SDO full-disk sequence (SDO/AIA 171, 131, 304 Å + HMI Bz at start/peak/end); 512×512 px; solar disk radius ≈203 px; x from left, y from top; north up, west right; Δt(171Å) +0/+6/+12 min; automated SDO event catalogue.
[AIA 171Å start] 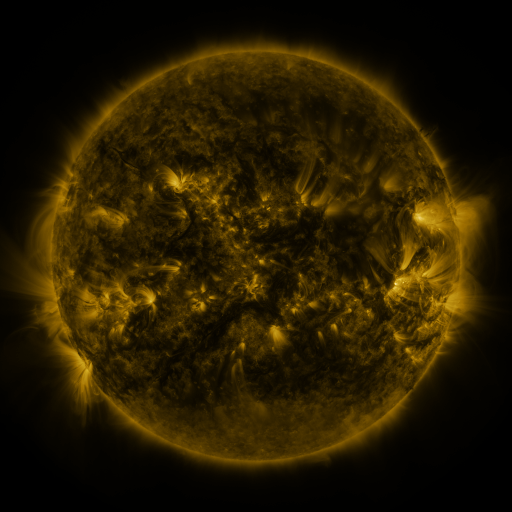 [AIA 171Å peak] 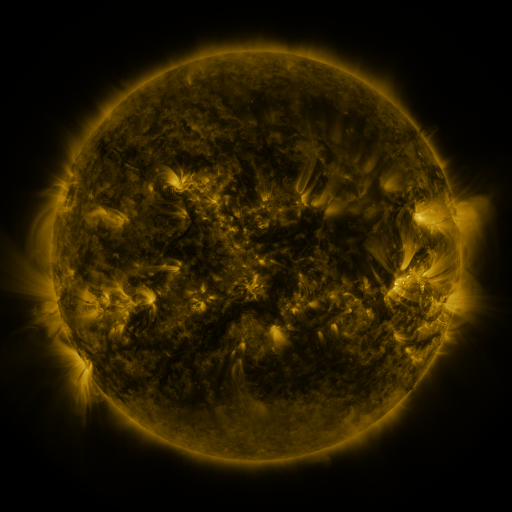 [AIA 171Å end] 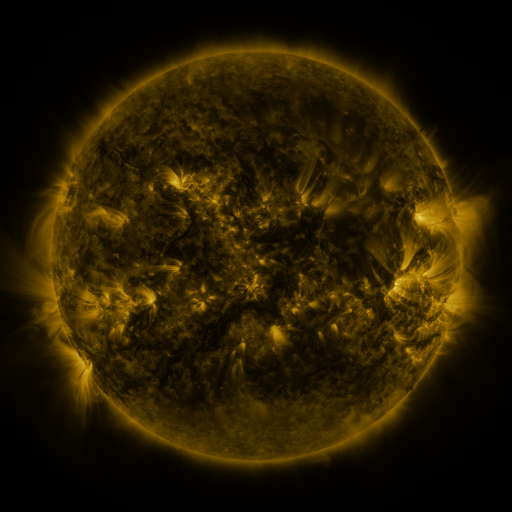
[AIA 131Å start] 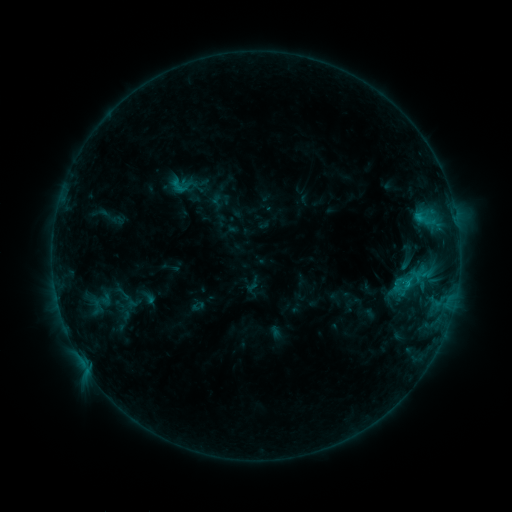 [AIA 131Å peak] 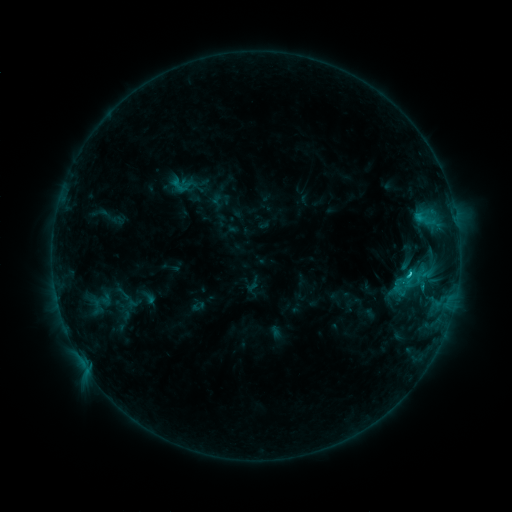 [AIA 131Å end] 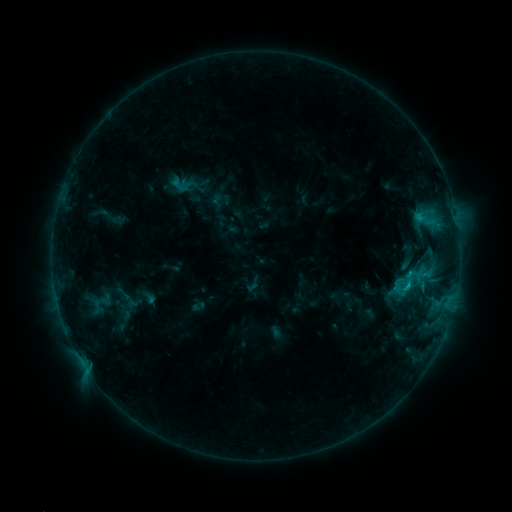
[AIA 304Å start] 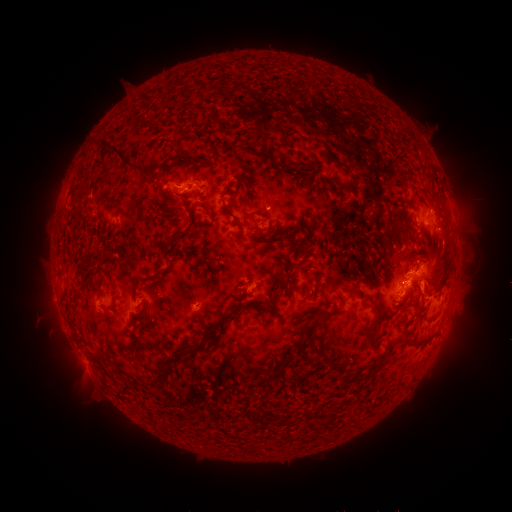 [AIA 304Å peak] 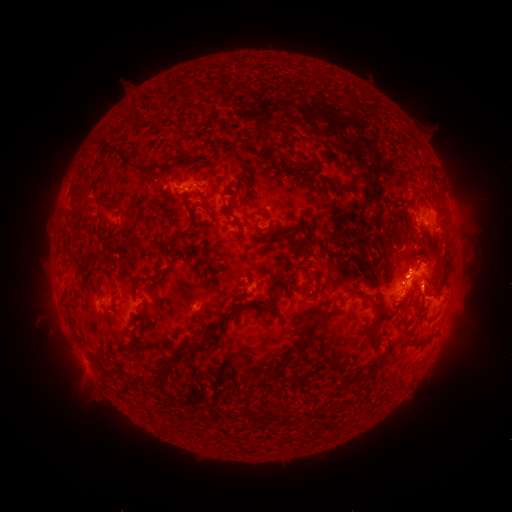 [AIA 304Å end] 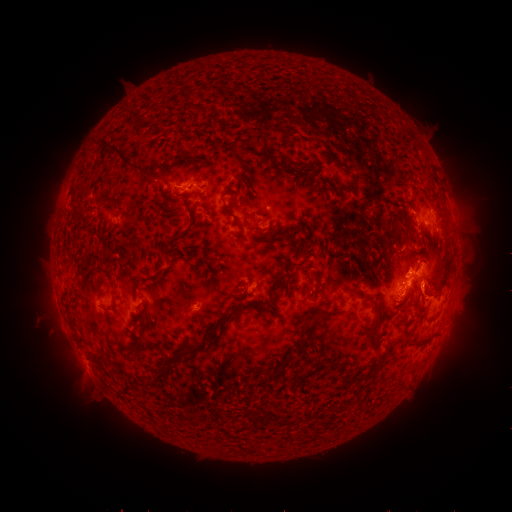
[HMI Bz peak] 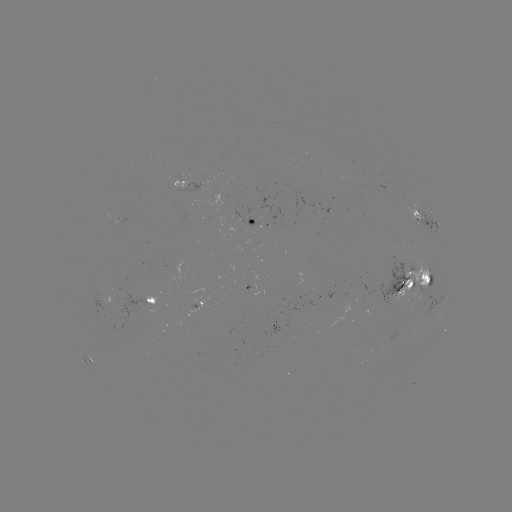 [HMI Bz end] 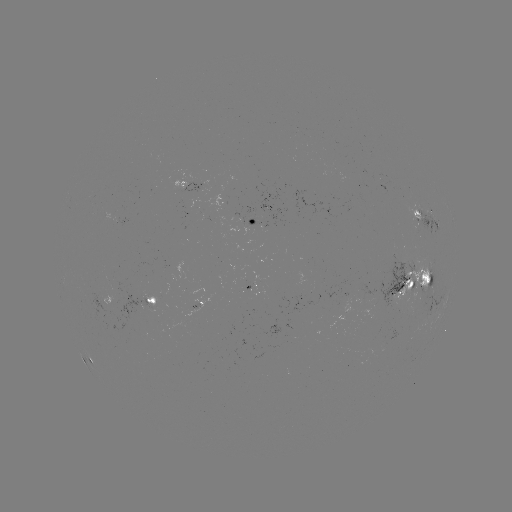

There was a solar flare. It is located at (408, 274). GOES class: C1.7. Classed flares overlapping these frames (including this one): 1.